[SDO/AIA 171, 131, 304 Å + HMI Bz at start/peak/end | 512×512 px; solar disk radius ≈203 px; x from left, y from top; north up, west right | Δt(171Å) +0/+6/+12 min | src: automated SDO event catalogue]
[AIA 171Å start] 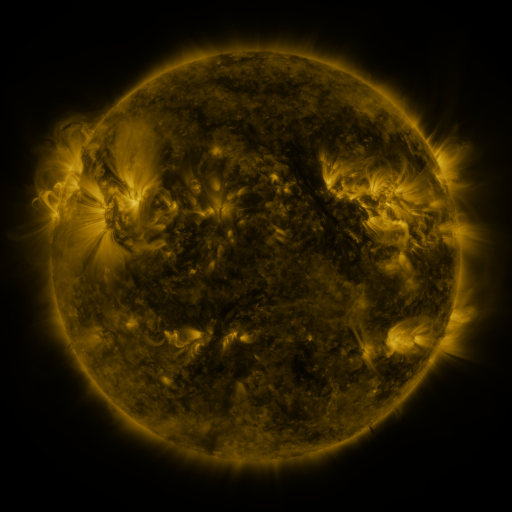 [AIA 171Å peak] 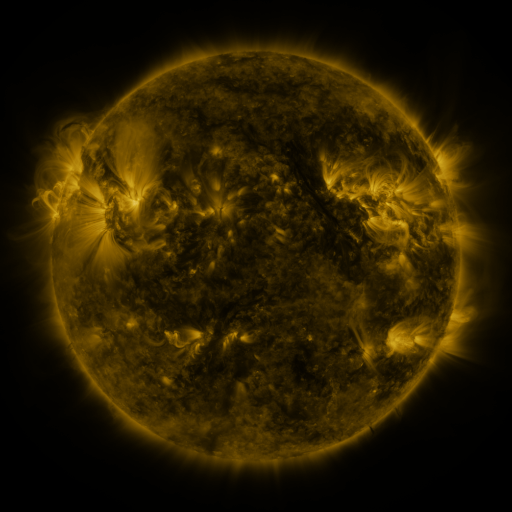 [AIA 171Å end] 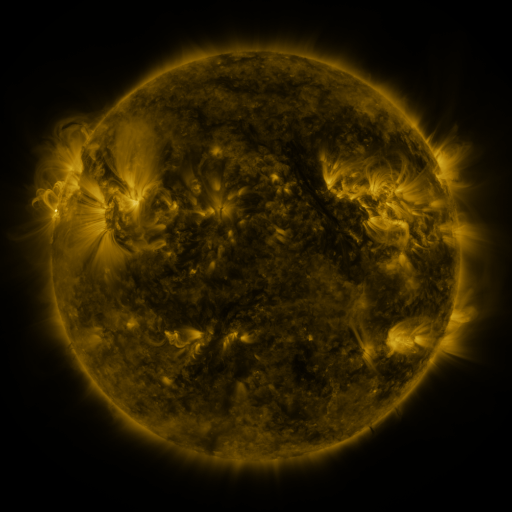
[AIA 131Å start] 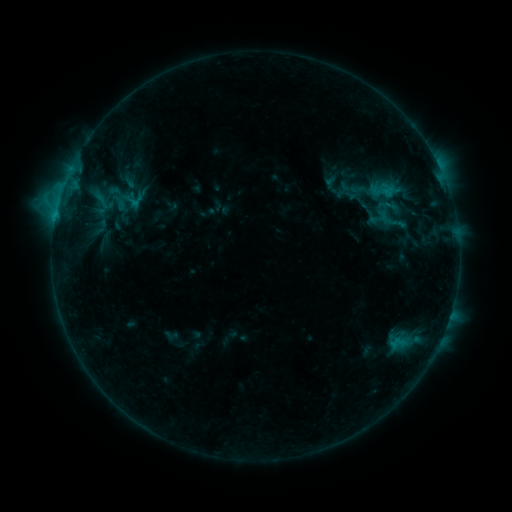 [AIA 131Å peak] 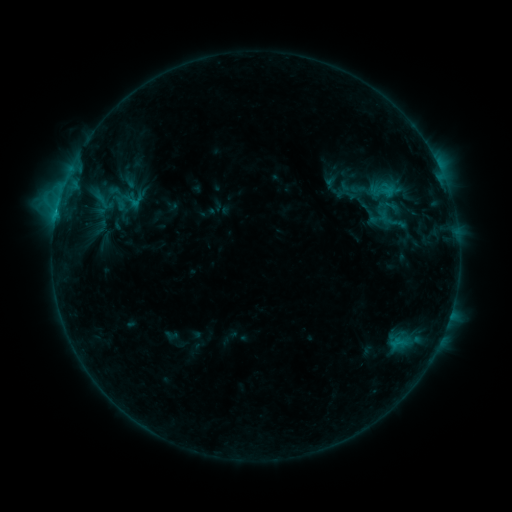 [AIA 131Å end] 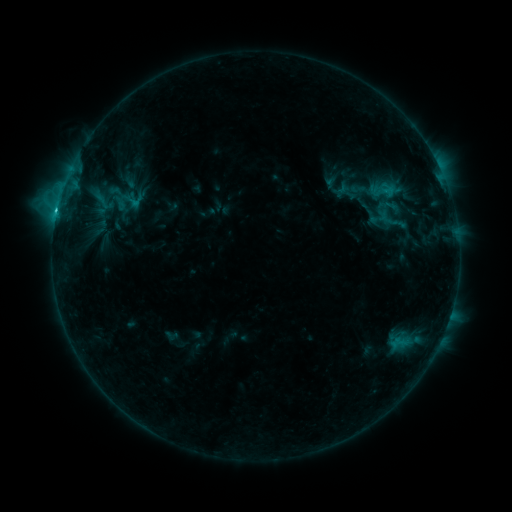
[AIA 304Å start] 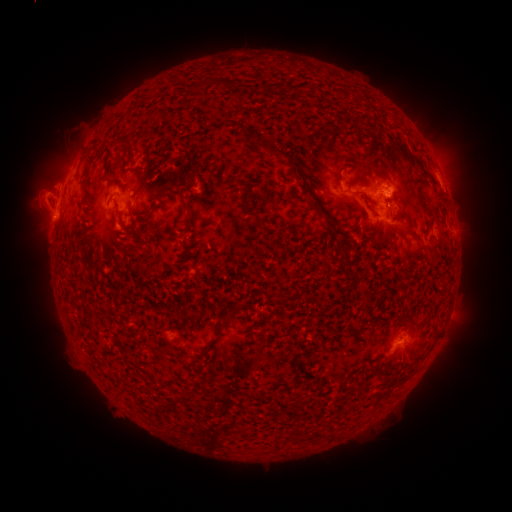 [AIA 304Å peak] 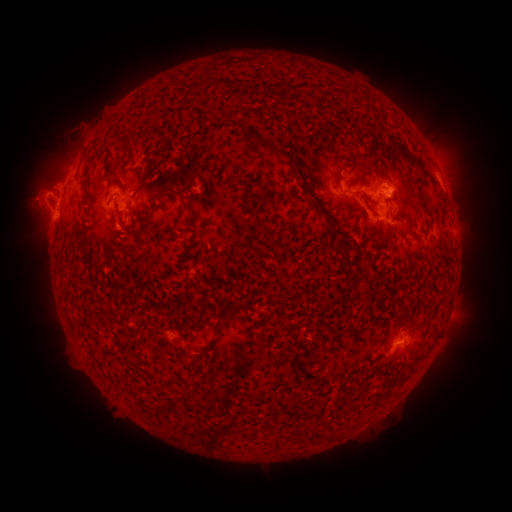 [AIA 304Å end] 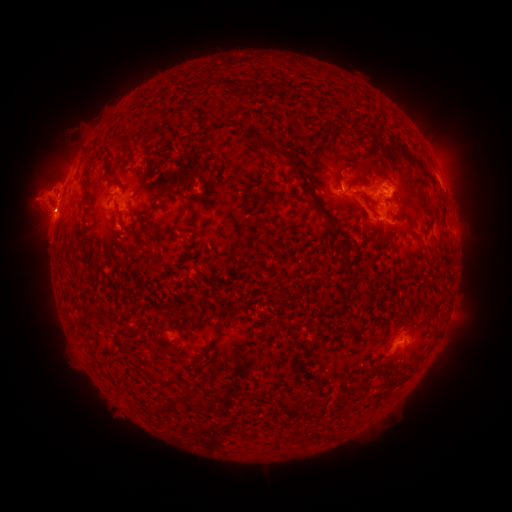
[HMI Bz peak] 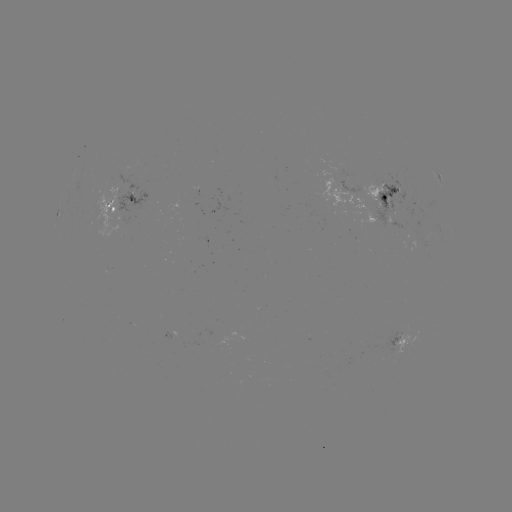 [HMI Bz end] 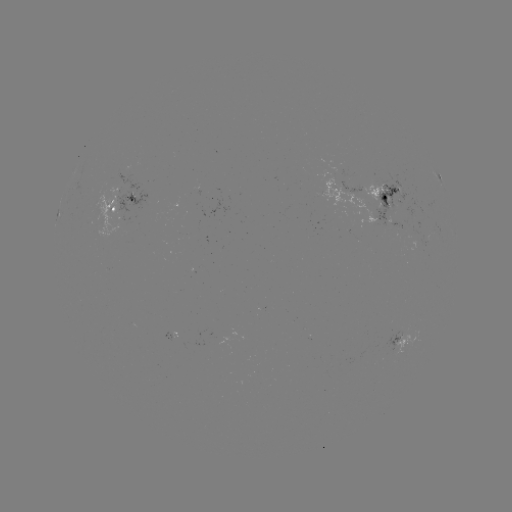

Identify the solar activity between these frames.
C2.3 flare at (57, 214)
